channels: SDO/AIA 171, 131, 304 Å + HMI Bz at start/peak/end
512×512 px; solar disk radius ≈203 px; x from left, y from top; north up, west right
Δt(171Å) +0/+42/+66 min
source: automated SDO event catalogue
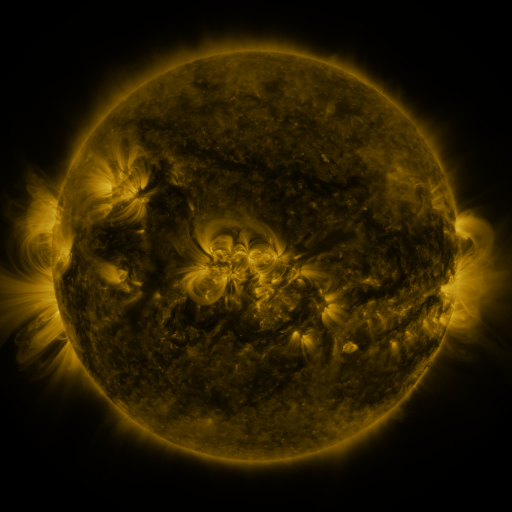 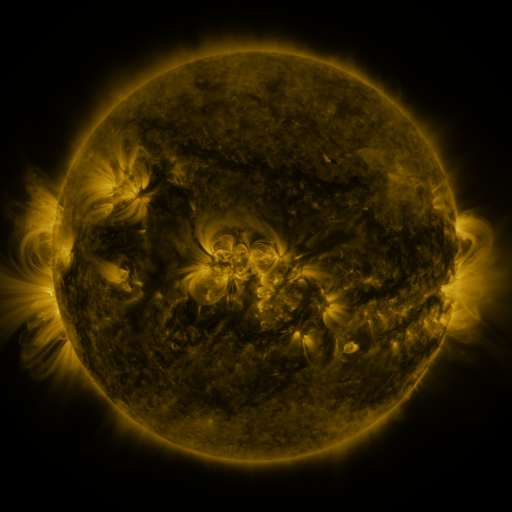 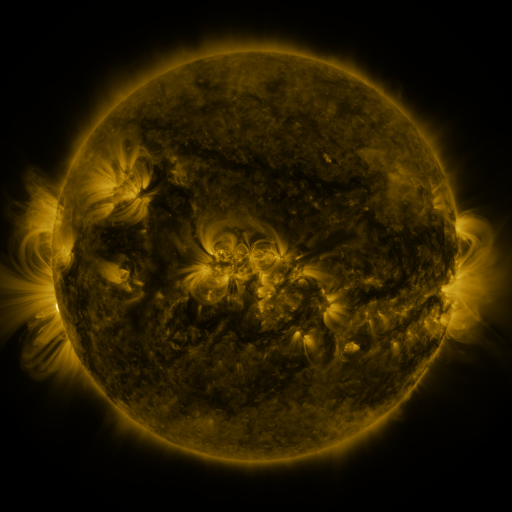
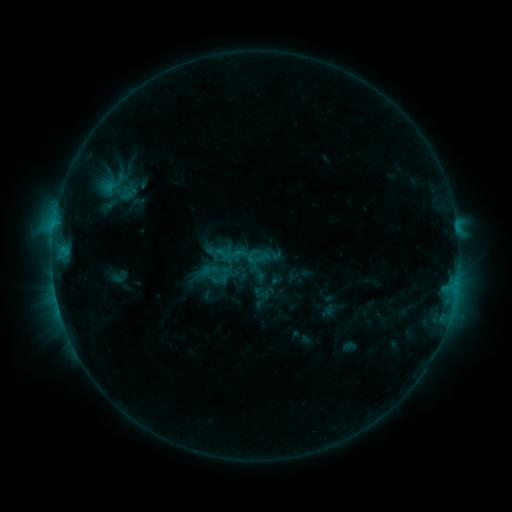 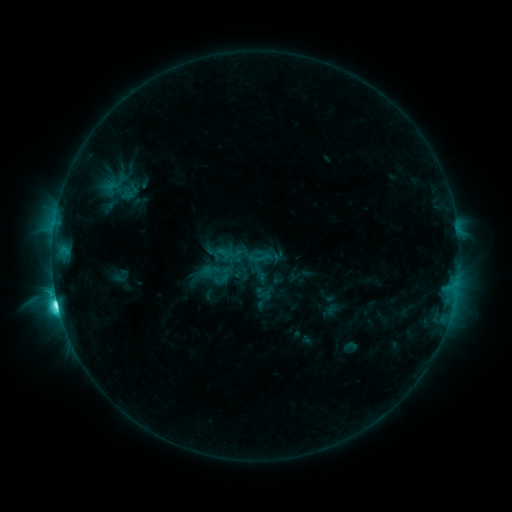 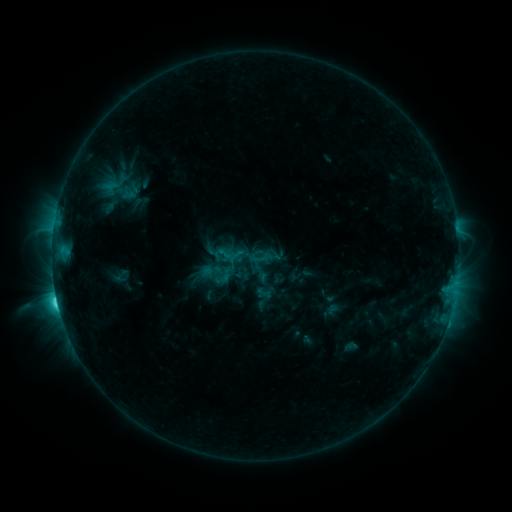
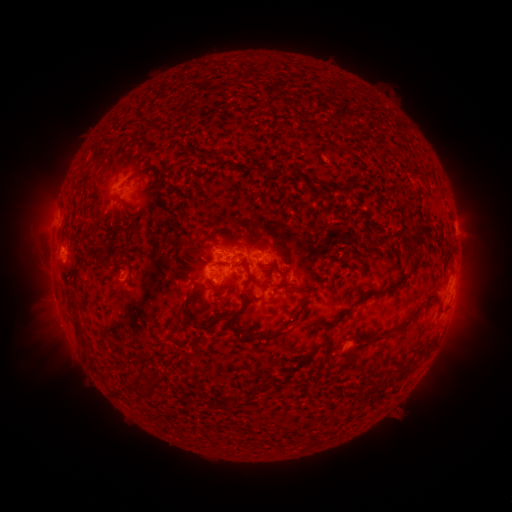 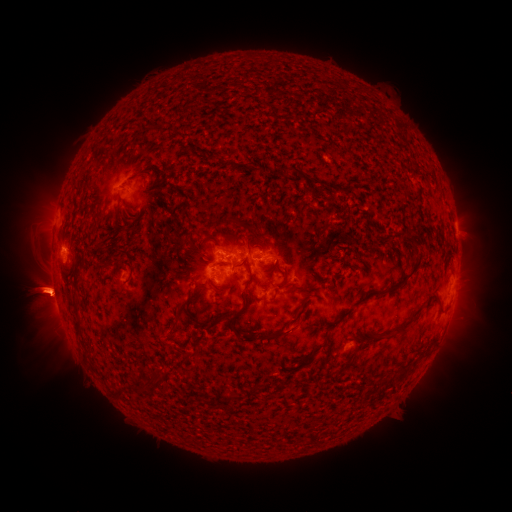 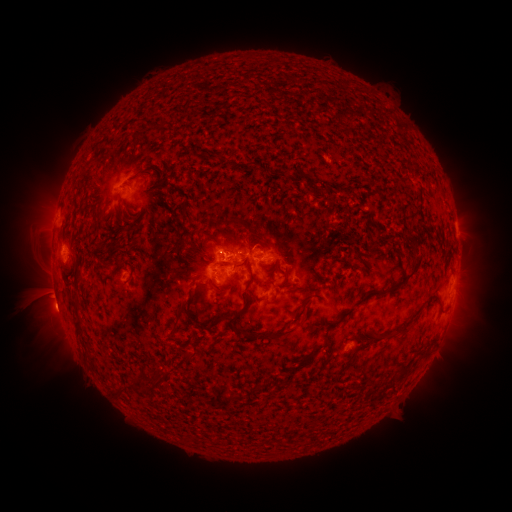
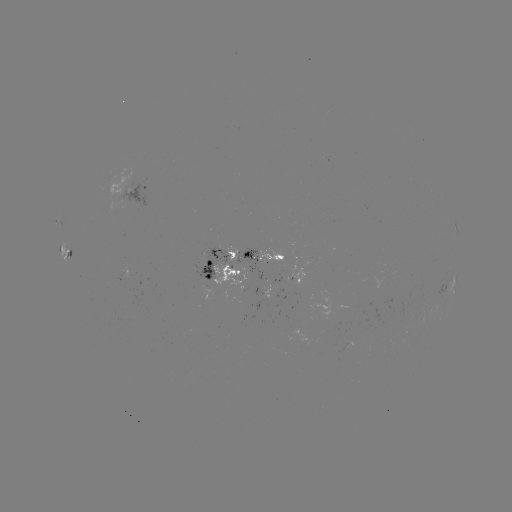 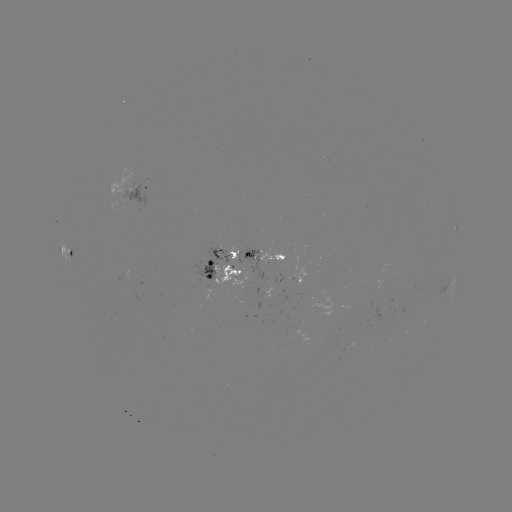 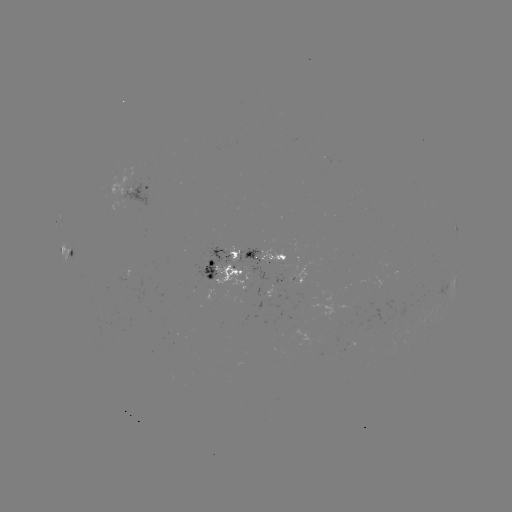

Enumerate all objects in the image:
C7.7 flare: (58, 300)
